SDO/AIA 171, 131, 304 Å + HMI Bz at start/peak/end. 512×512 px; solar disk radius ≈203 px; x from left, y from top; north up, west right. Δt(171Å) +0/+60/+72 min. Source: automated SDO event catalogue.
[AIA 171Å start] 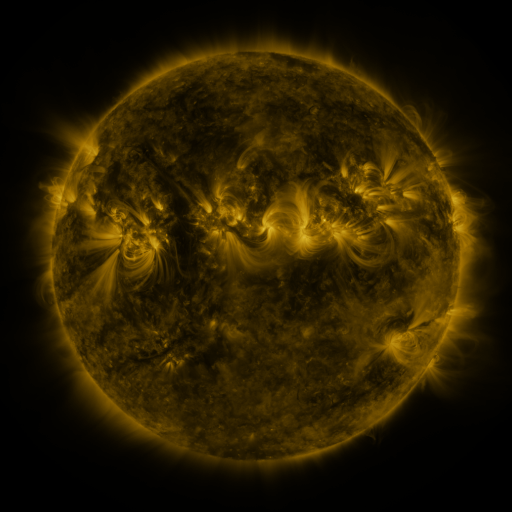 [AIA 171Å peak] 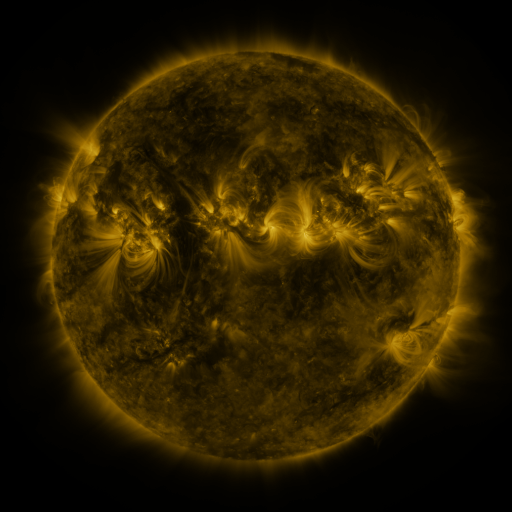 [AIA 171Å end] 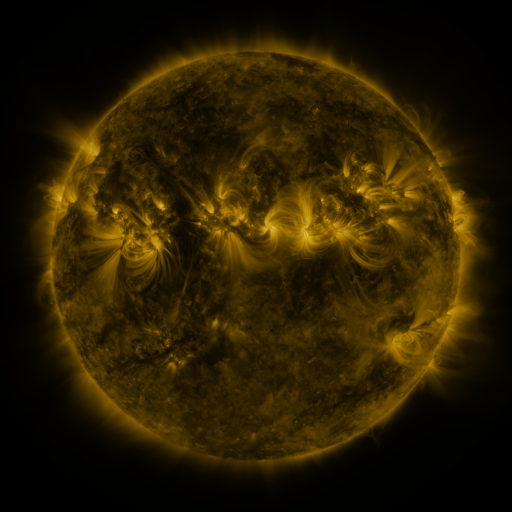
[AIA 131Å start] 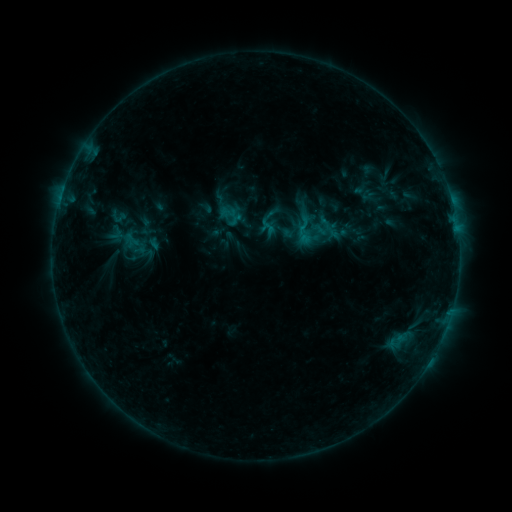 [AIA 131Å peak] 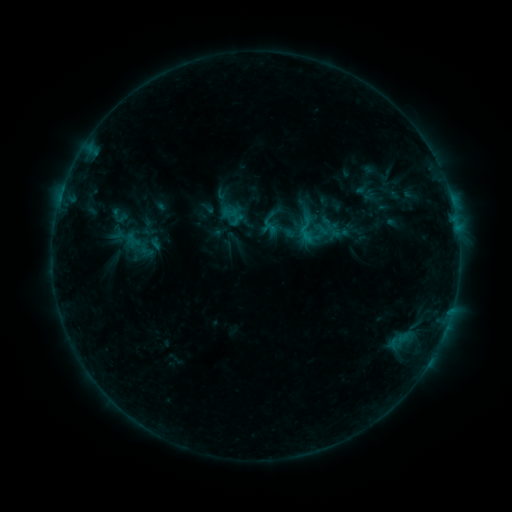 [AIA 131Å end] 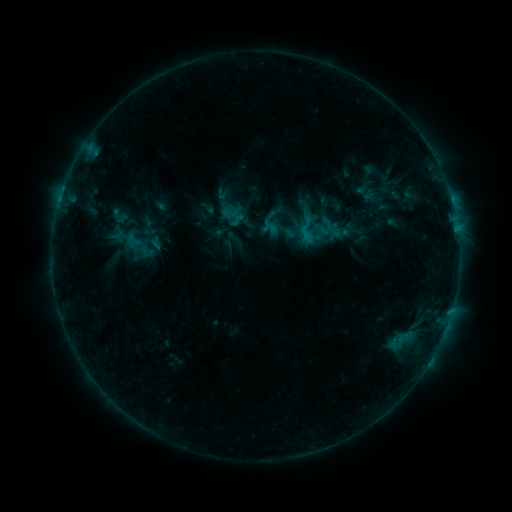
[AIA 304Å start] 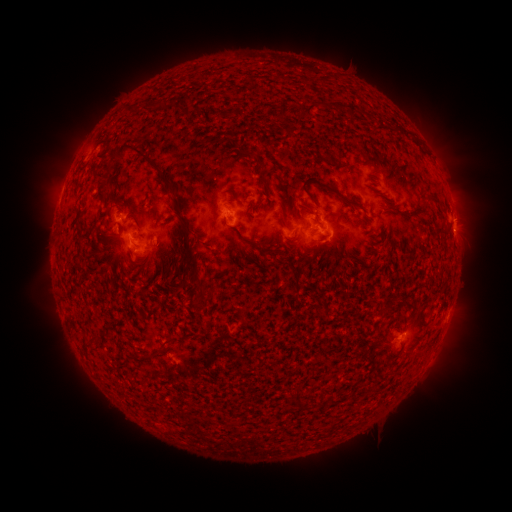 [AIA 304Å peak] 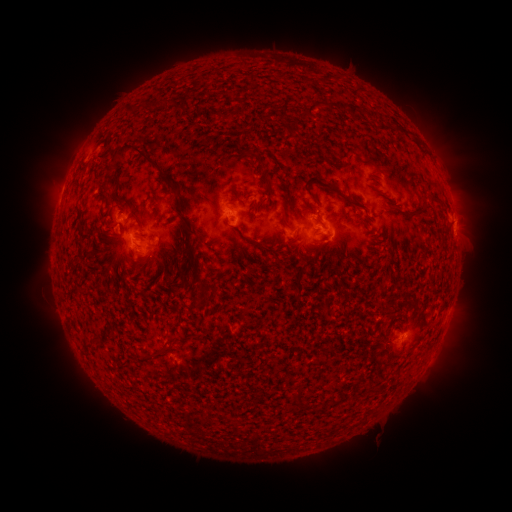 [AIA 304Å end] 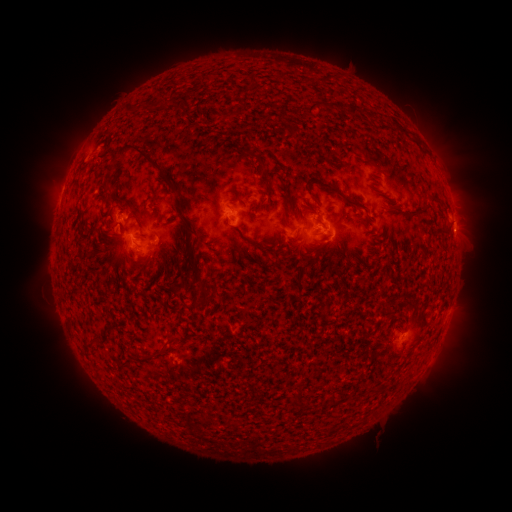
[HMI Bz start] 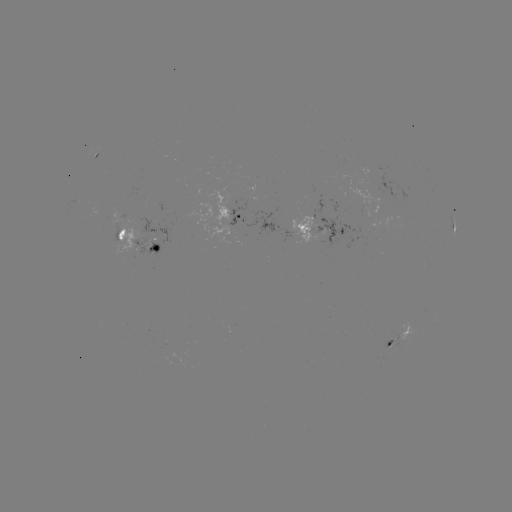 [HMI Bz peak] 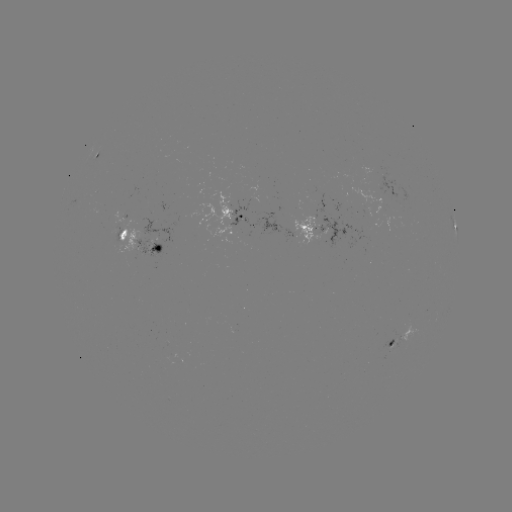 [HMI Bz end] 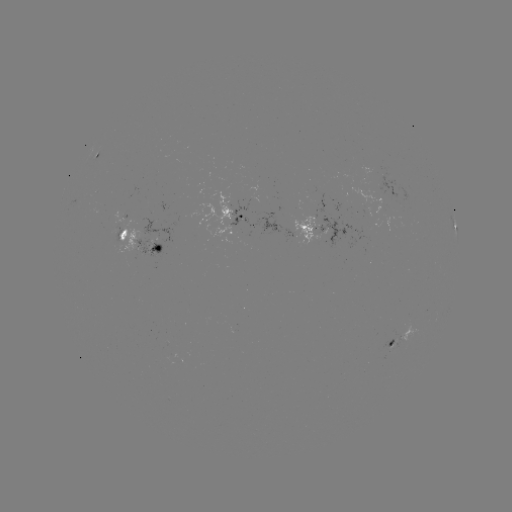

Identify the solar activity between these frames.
emerging-flux region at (156, 239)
